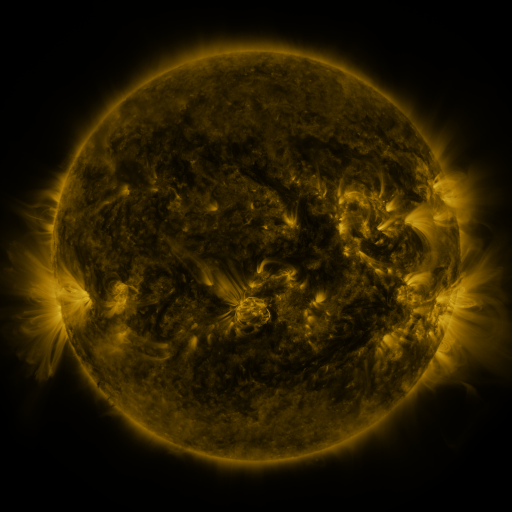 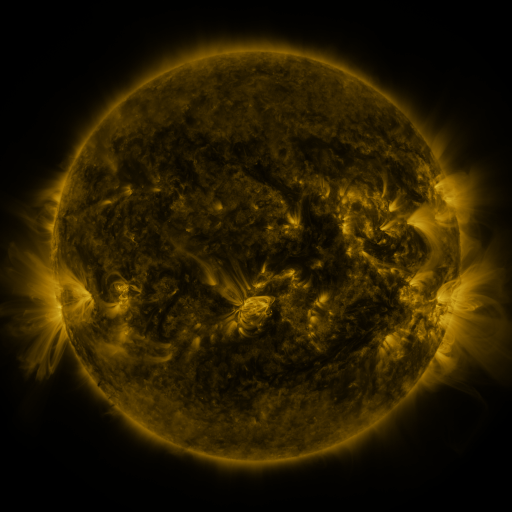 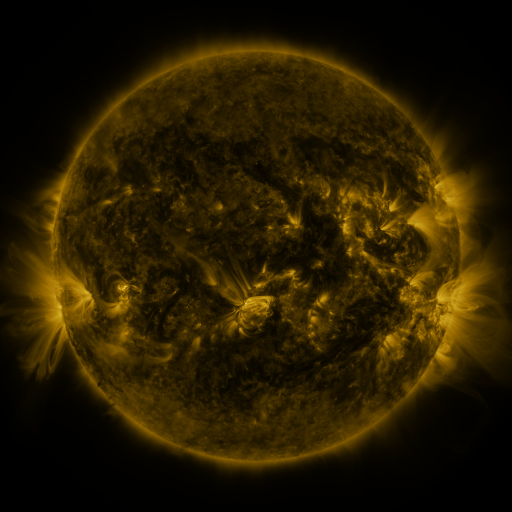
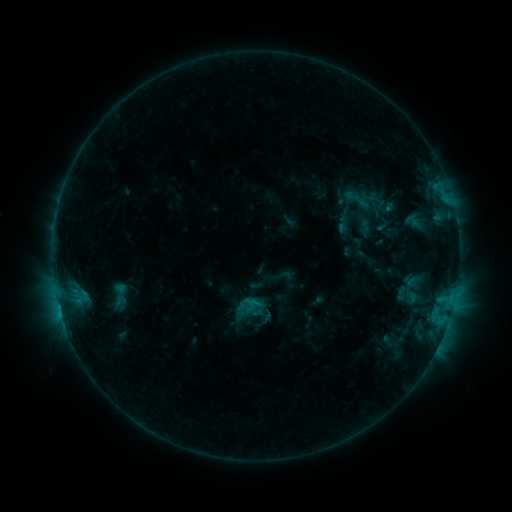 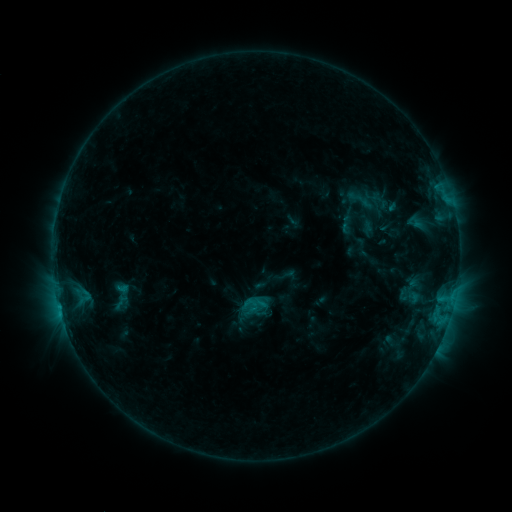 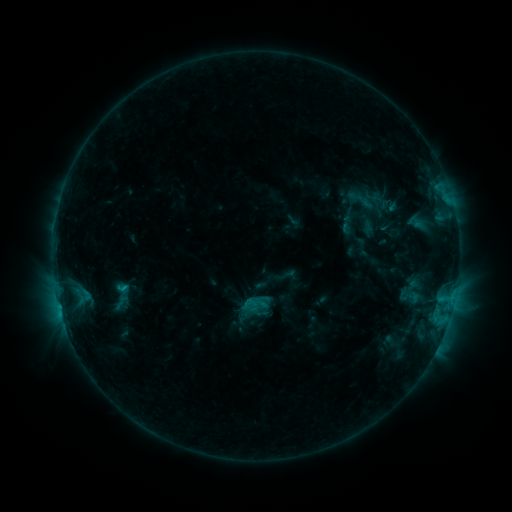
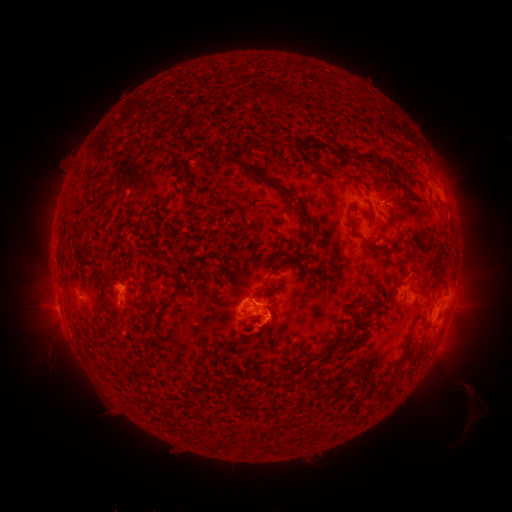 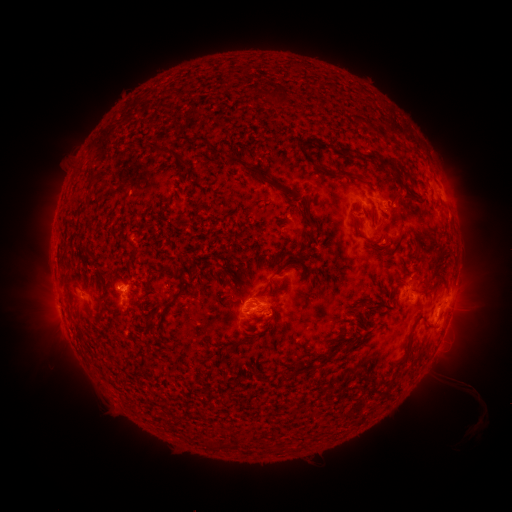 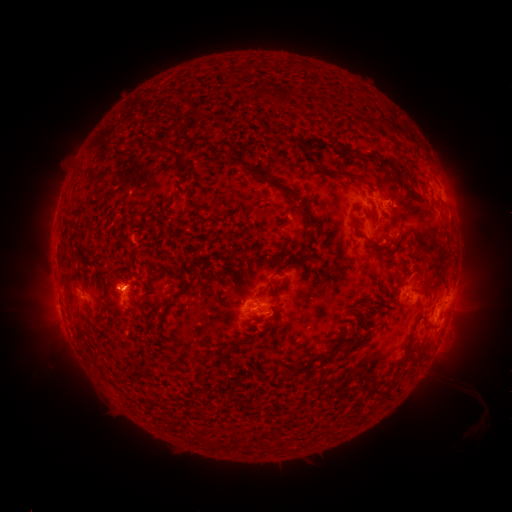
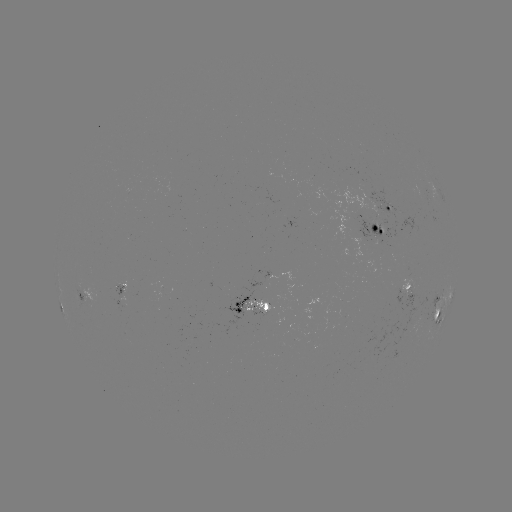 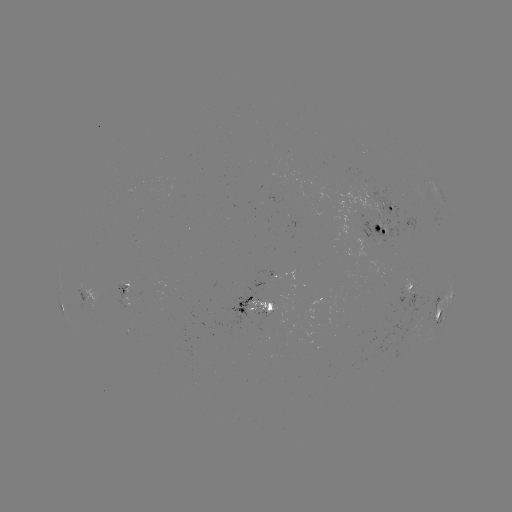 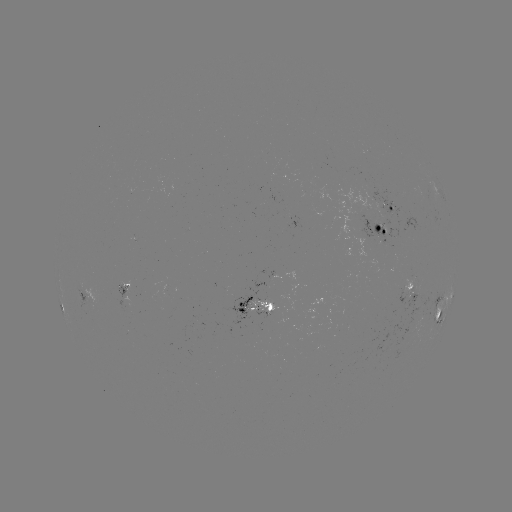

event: emerging-flux region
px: (245, 306)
